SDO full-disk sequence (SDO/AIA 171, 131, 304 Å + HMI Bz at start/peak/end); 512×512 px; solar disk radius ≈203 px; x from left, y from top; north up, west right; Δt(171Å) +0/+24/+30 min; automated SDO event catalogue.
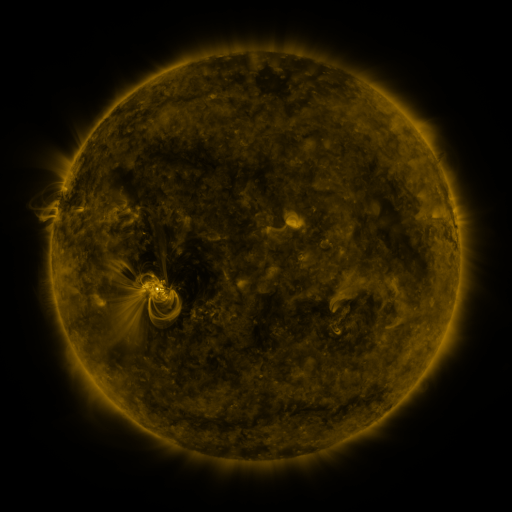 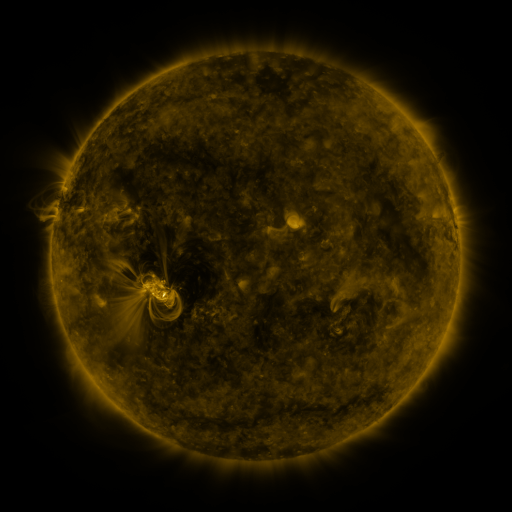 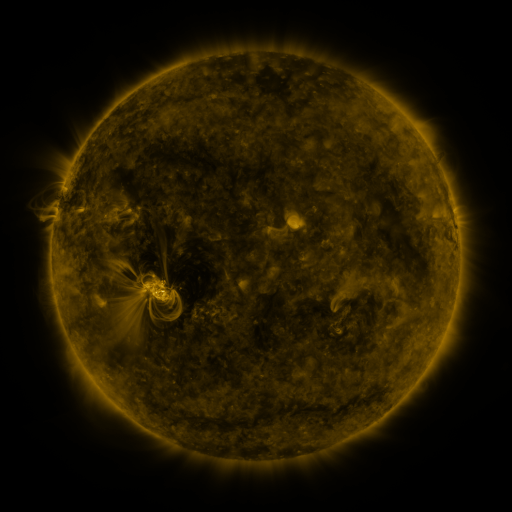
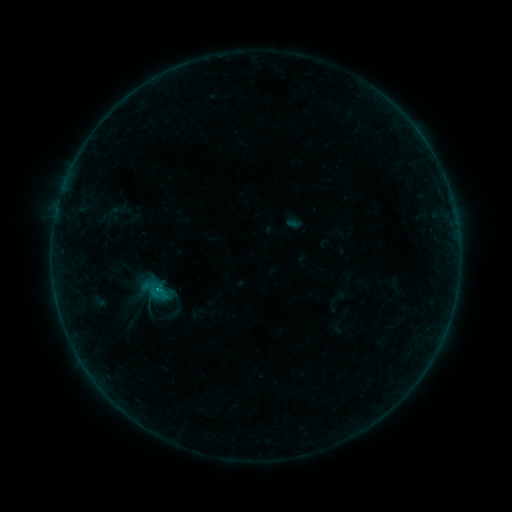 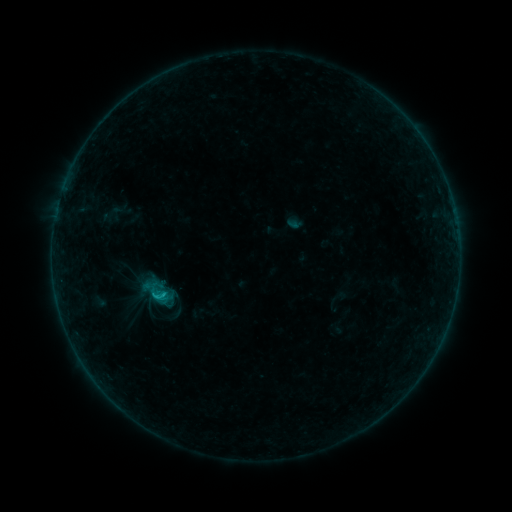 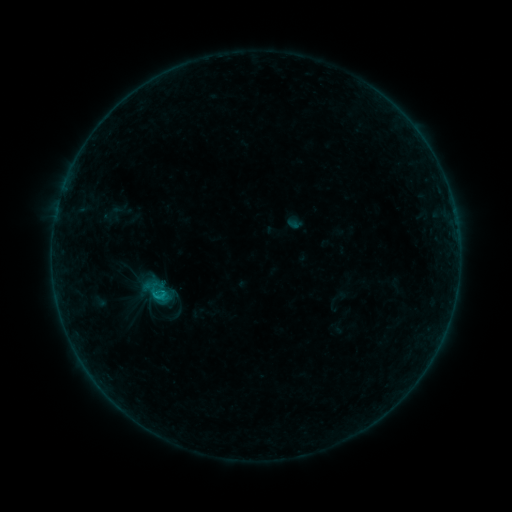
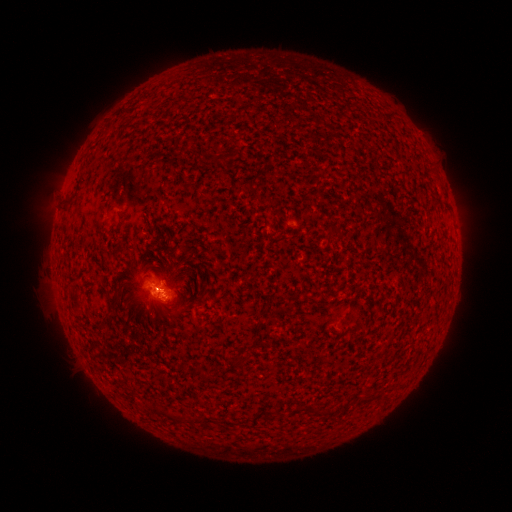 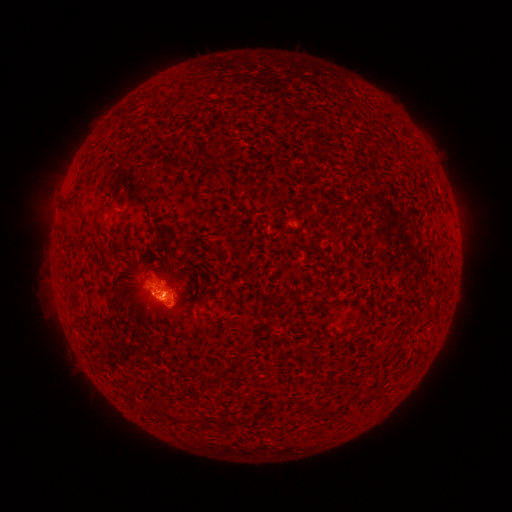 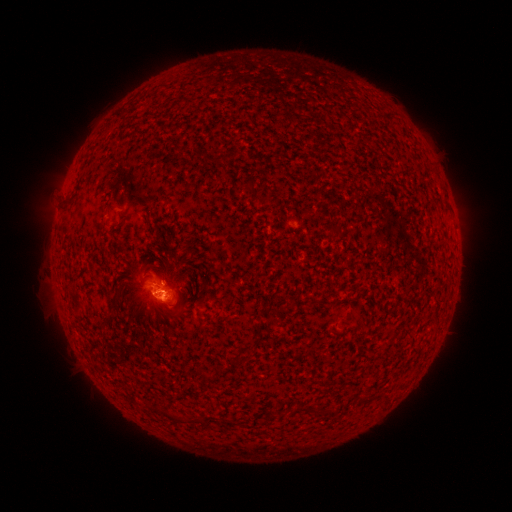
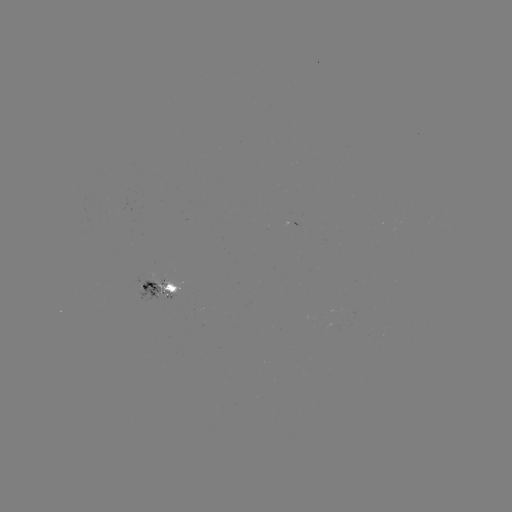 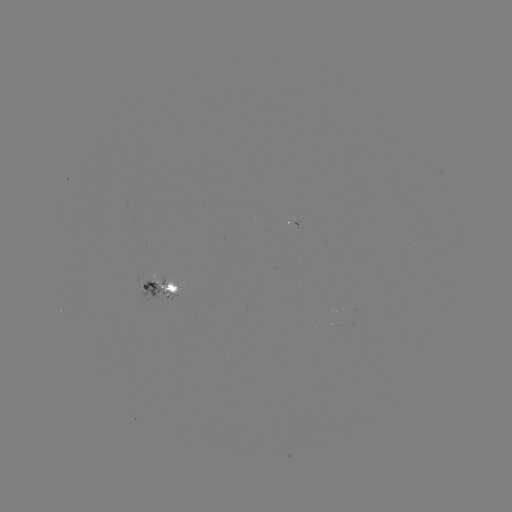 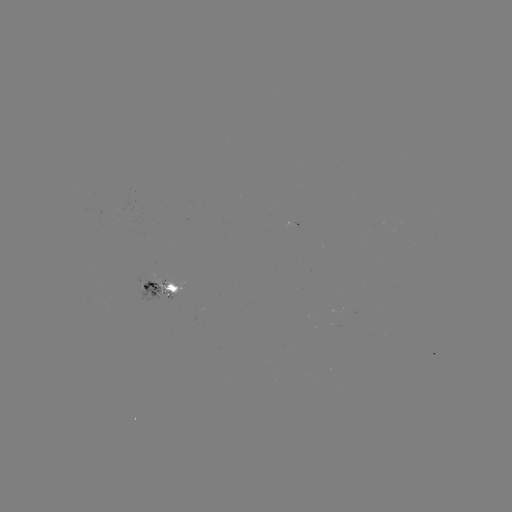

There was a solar flare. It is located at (164, 292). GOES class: B5.0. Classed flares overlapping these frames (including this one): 1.